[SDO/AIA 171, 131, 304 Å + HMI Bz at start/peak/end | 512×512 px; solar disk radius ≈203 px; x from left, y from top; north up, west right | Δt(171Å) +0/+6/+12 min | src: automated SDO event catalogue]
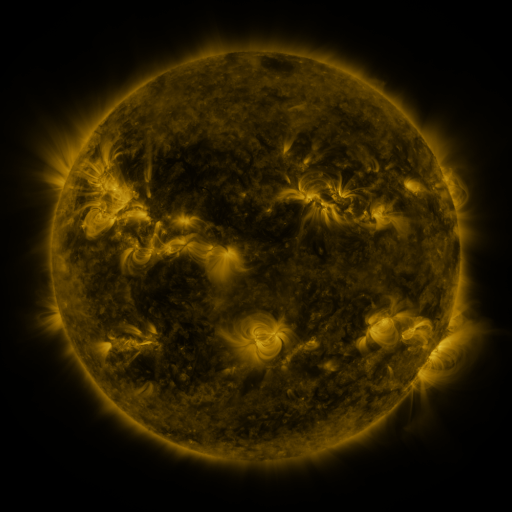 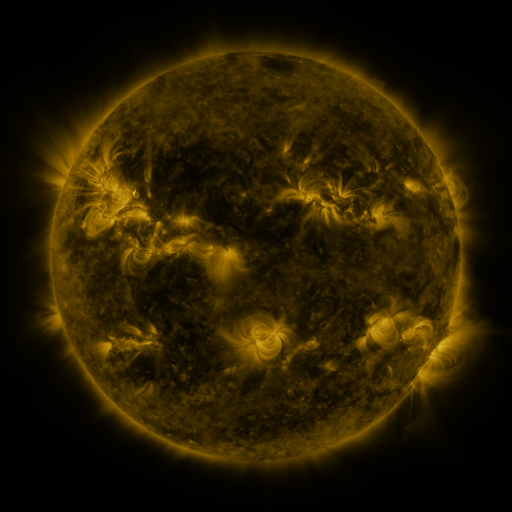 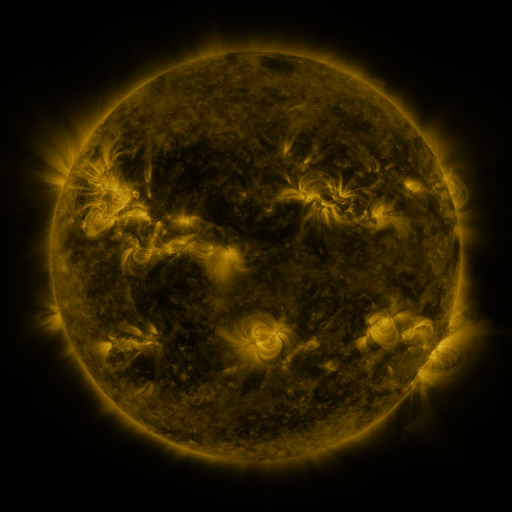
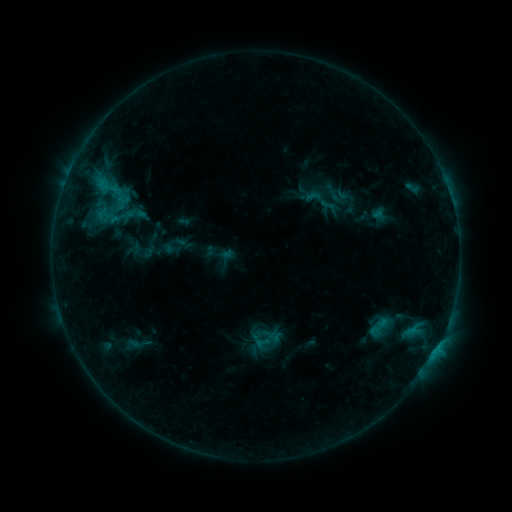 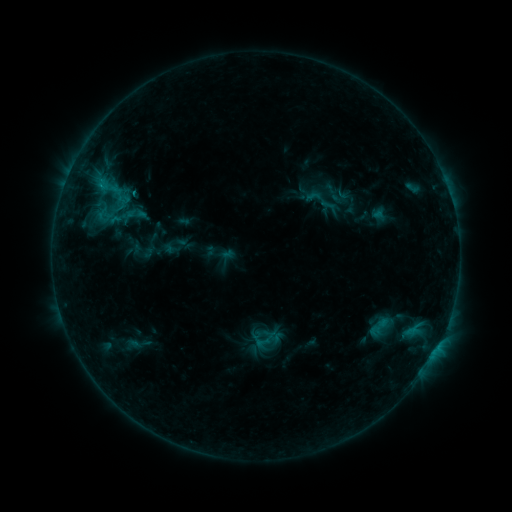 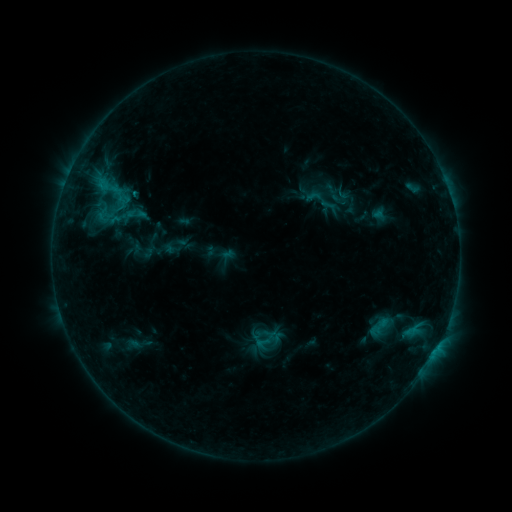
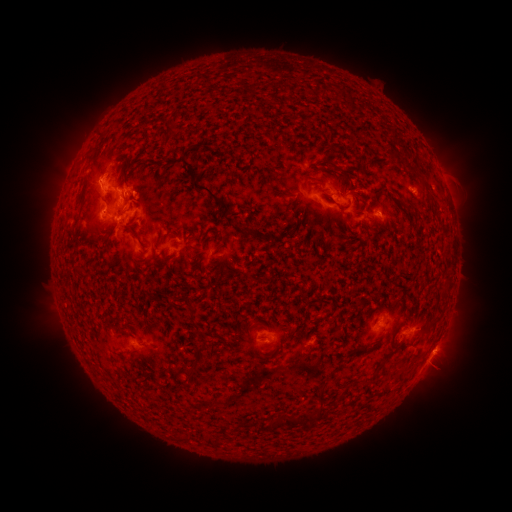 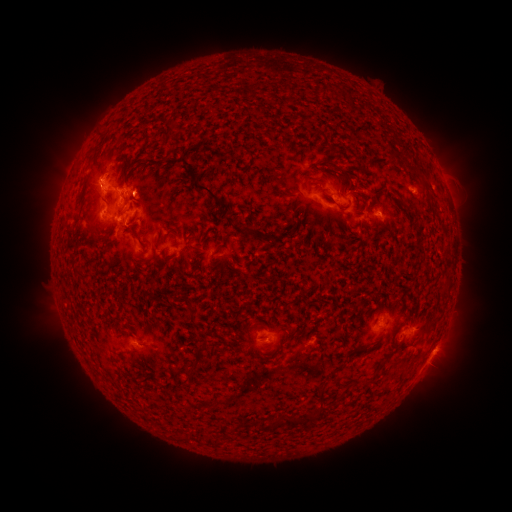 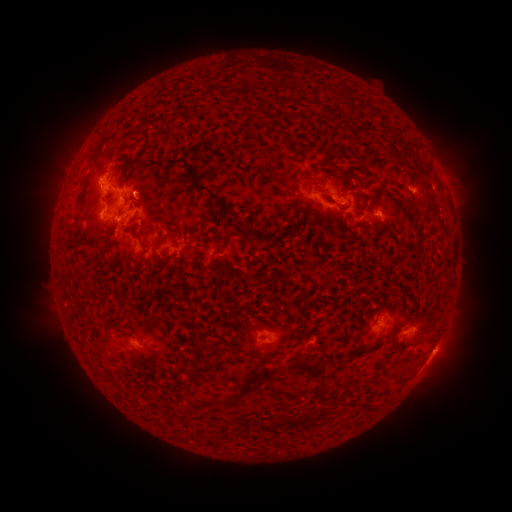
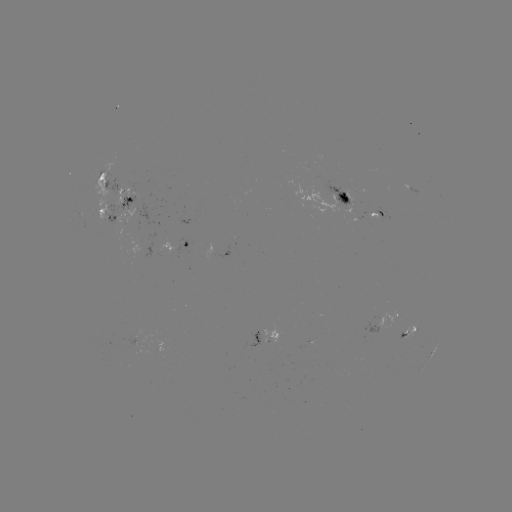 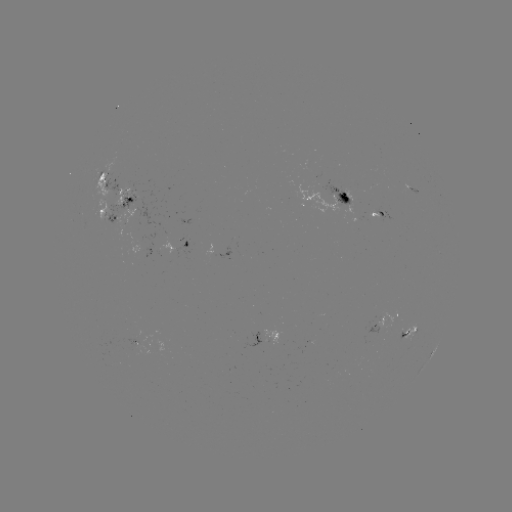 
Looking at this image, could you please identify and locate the eruption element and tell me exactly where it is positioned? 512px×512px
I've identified eruption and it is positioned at [142, 192].